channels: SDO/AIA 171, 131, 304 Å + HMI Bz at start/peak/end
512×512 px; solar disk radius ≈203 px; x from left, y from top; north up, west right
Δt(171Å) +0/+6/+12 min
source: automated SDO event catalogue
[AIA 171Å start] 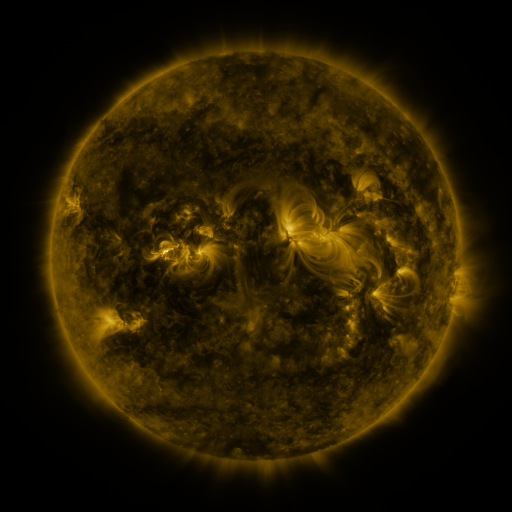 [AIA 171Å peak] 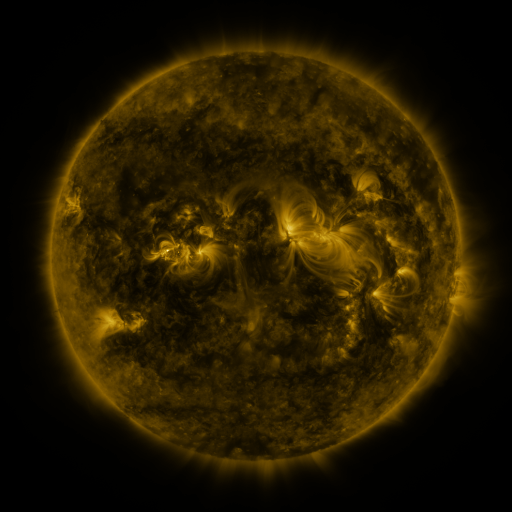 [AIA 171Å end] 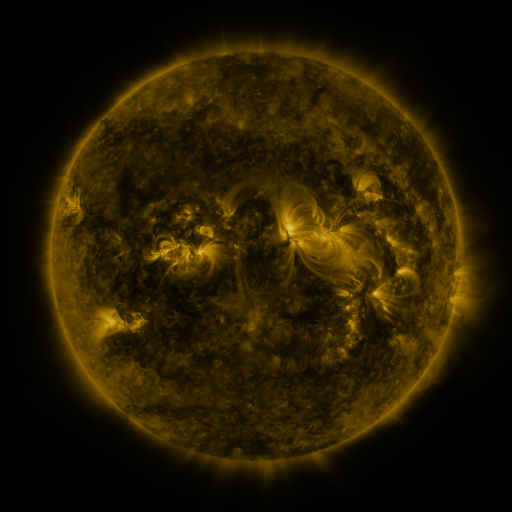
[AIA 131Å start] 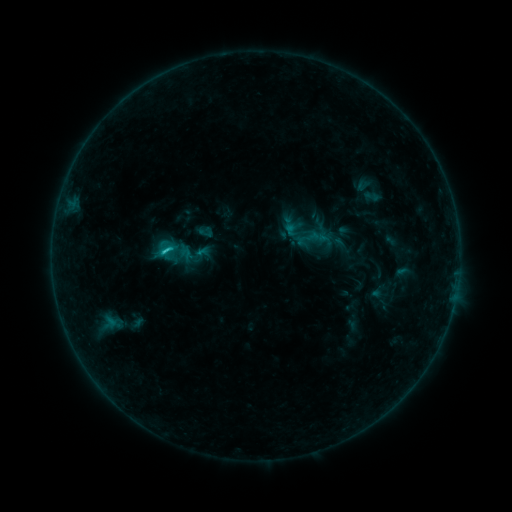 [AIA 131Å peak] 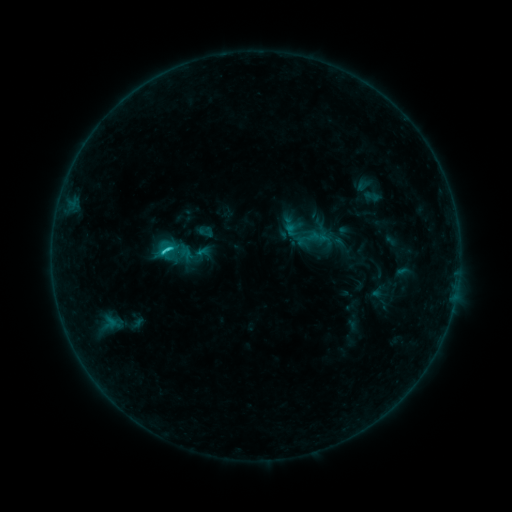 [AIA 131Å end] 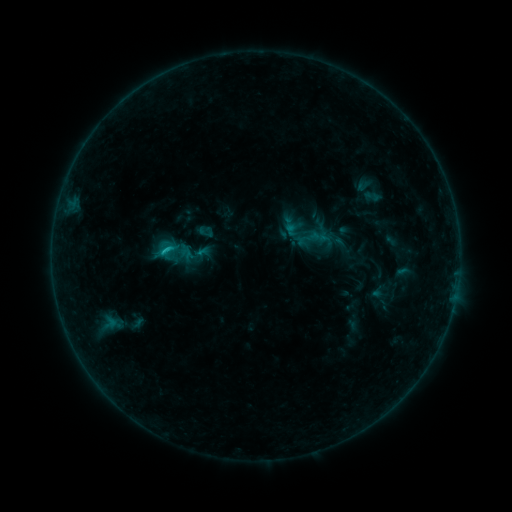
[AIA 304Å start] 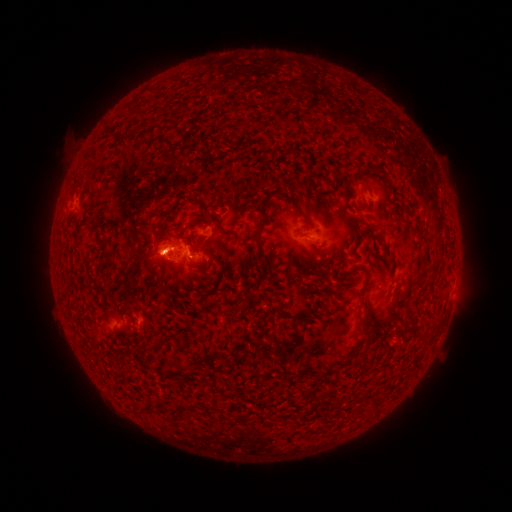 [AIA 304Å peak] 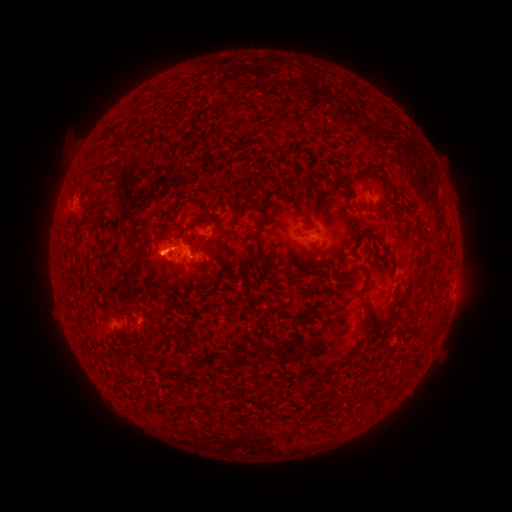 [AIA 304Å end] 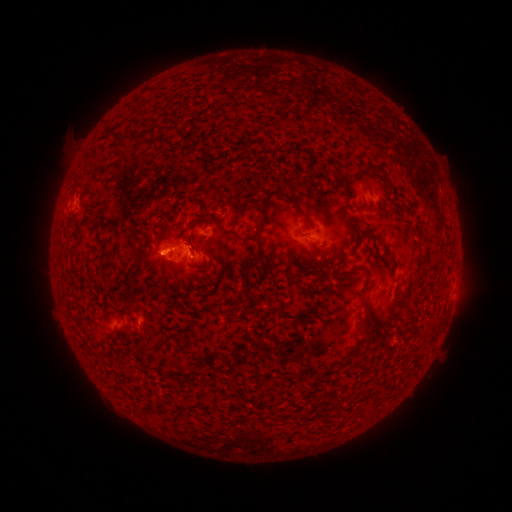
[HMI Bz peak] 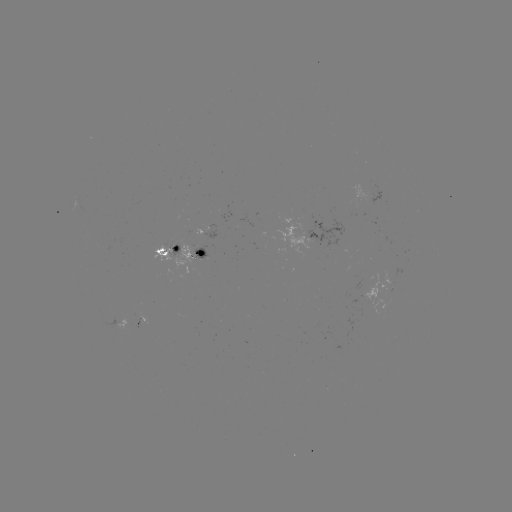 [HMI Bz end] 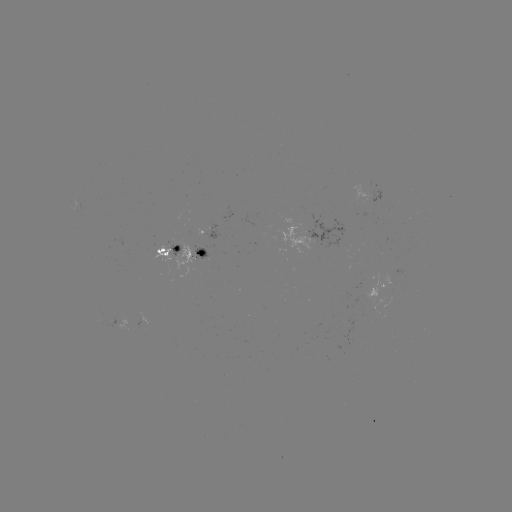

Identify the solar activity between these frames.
C1.1 flare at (170, 252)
